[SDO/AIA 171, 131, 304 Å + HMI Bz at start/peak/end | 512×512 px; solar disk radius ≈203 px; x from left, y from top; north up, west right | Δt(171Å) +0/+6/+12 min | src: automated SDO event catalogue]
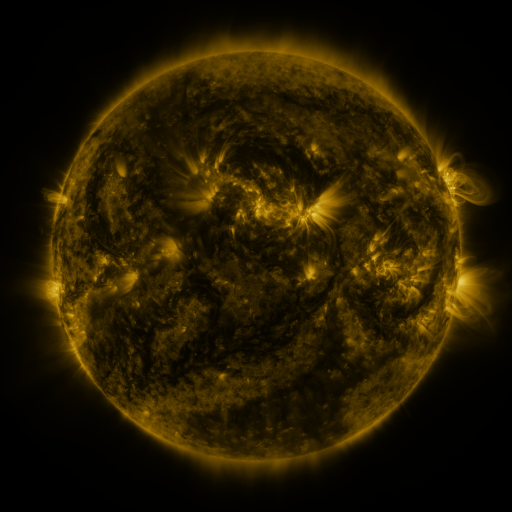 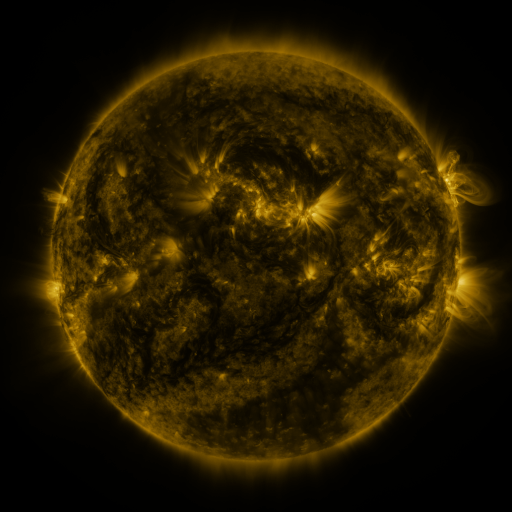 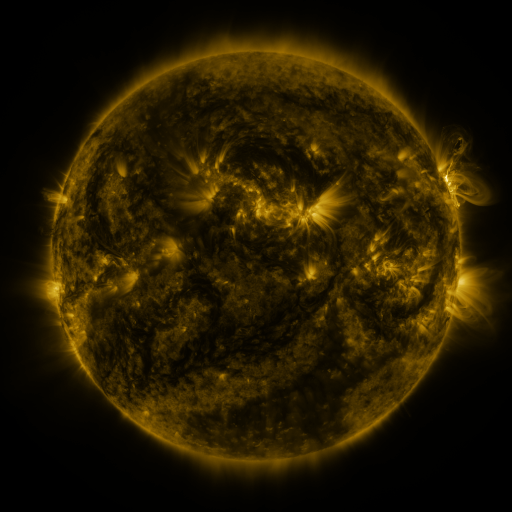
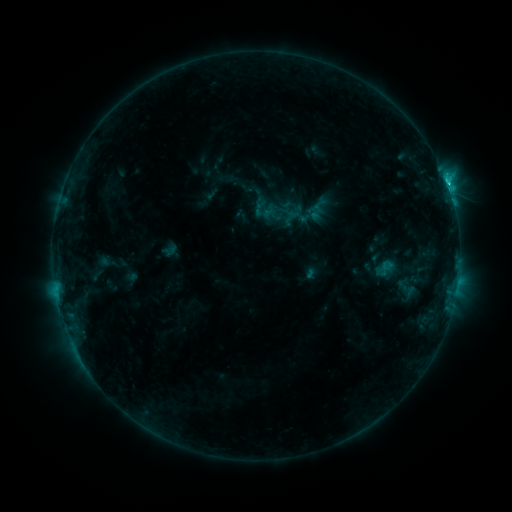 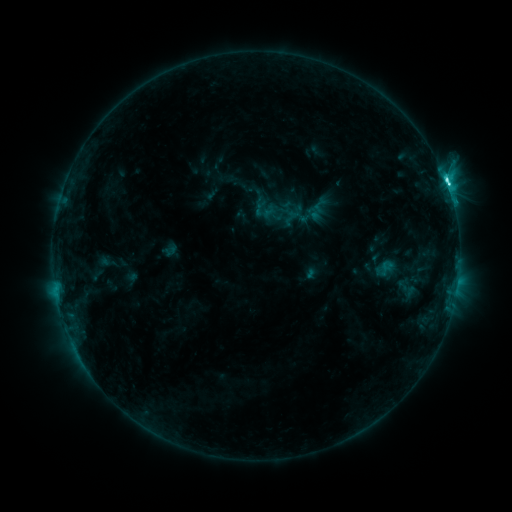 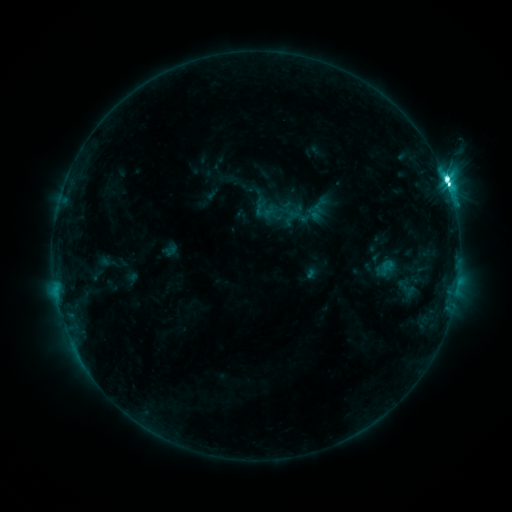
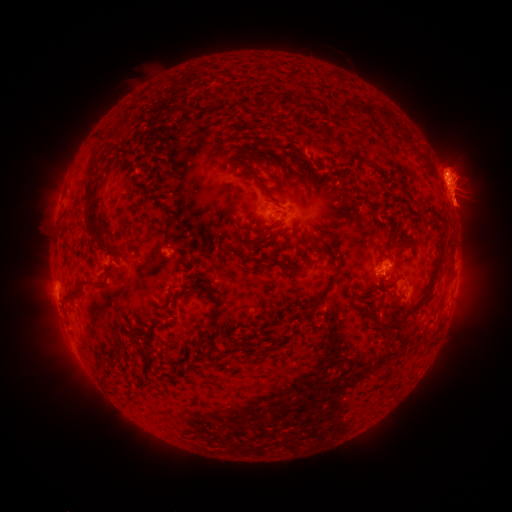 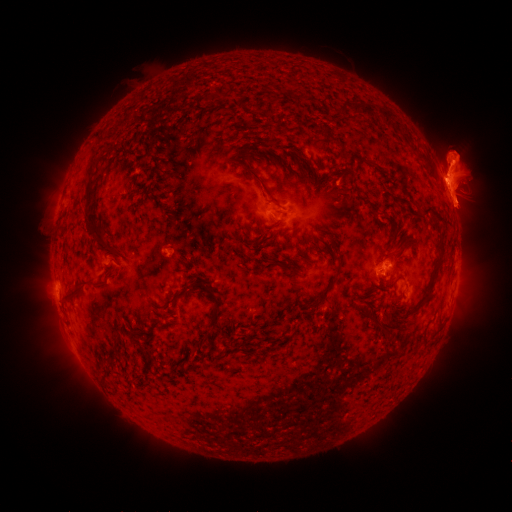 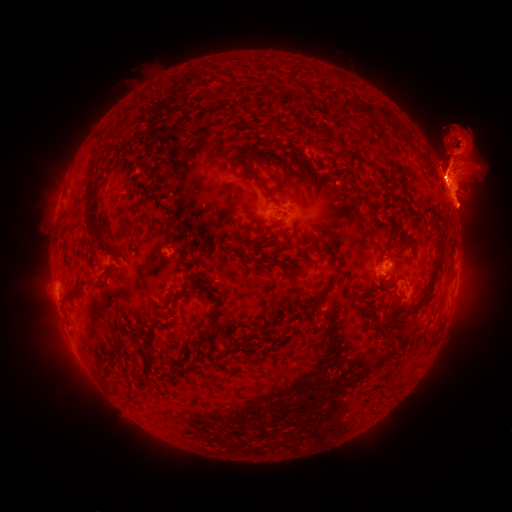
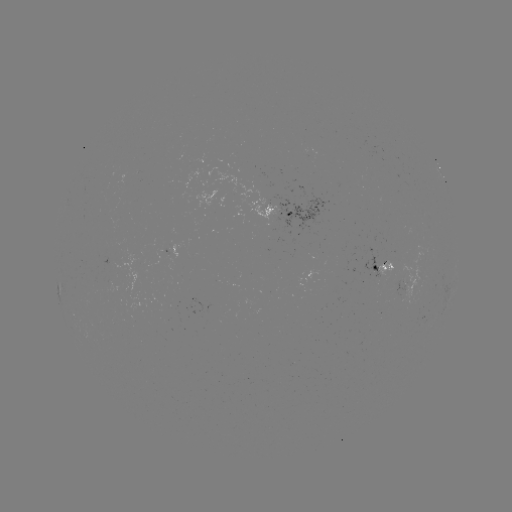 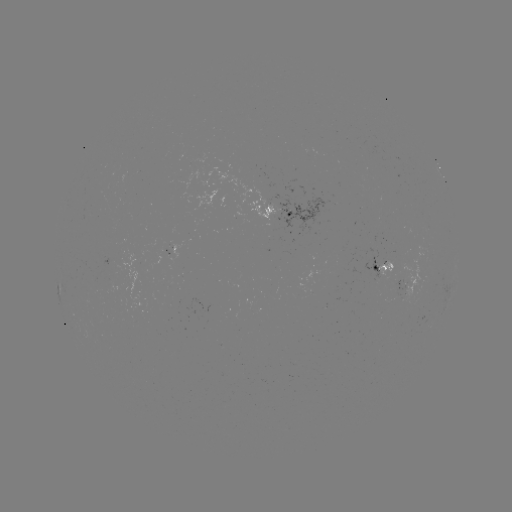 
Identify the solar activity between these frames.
eruption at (453, 74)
